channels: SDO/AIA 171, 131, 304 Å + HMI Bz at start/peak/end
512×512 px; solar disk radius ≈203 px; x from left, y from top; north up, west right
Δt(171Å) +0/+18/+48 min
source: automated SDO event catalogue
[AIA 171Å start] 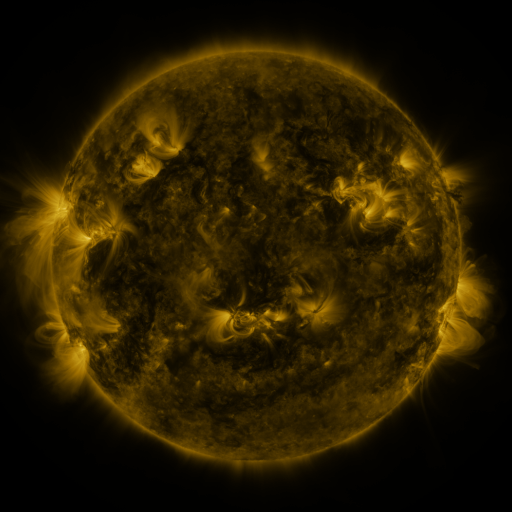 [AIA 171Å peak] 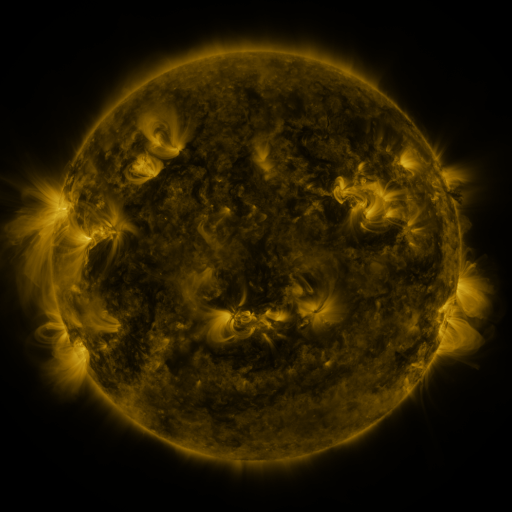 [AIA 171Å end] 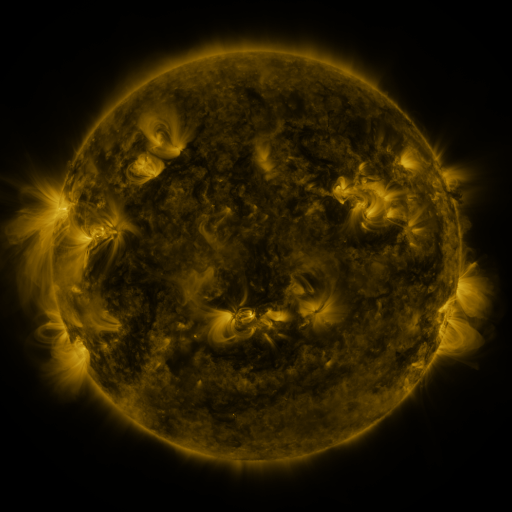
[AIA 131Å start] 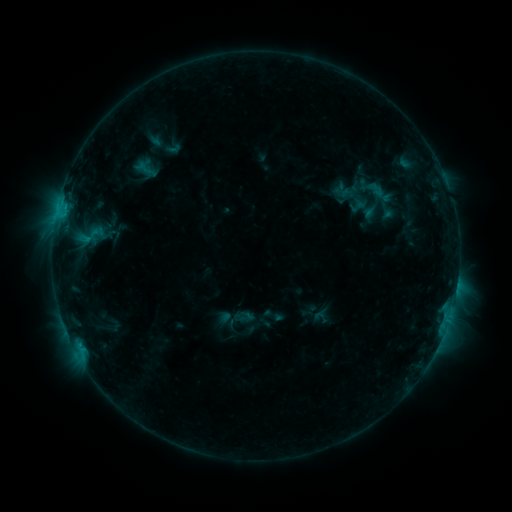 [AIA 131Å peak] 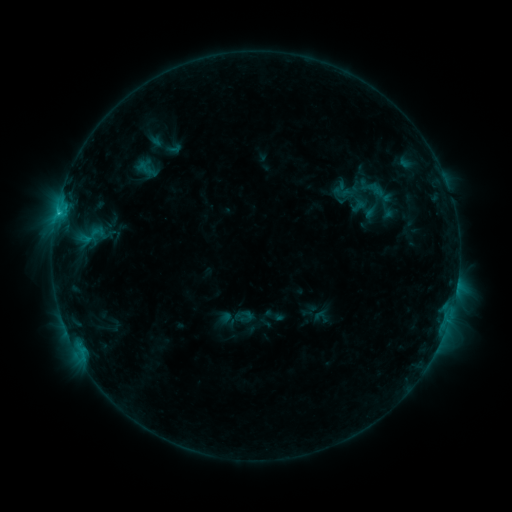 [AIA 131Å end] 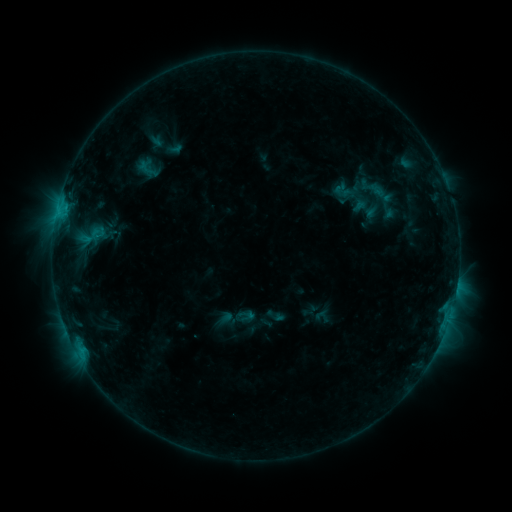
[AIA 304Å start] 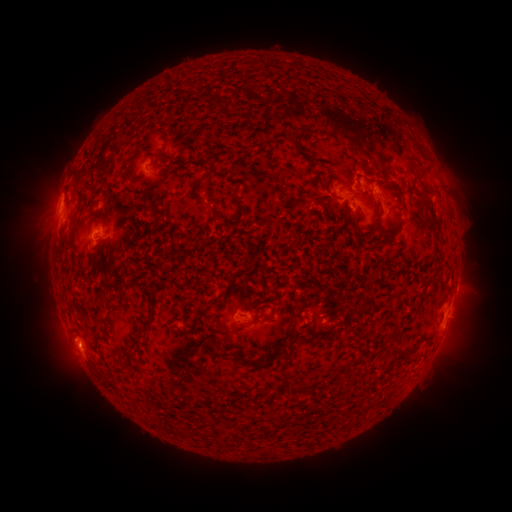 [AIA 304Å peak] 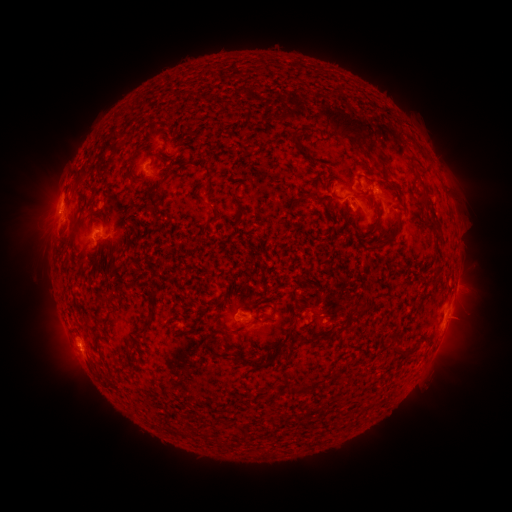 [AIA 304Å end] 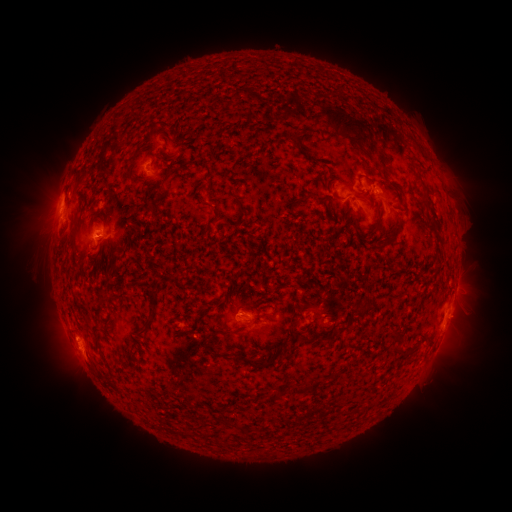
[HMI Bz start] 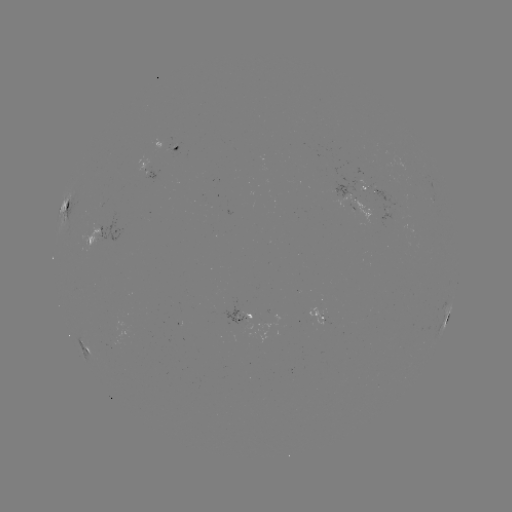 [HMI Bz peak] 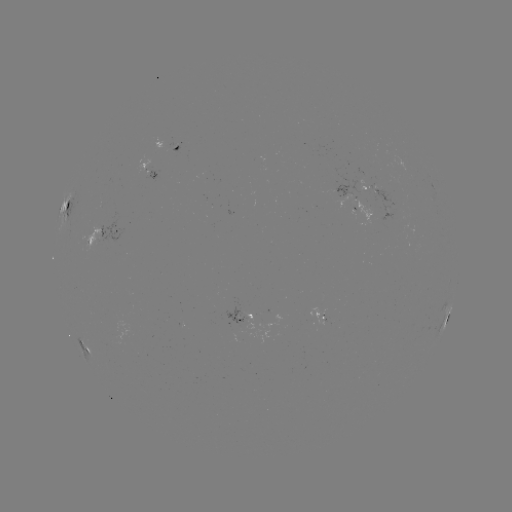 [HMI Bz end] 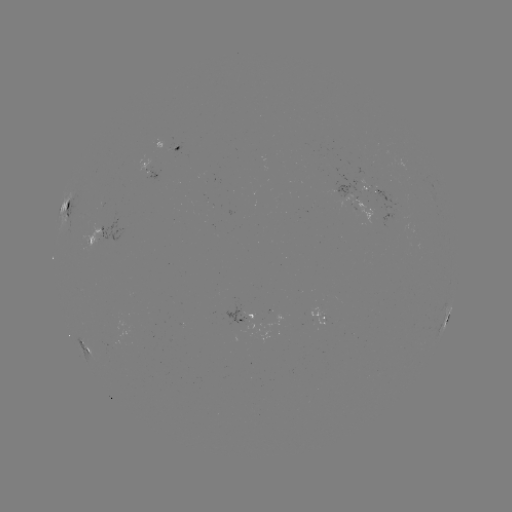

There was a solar flare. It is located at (58, 215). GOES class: C1.1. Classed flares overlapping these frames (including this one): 2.